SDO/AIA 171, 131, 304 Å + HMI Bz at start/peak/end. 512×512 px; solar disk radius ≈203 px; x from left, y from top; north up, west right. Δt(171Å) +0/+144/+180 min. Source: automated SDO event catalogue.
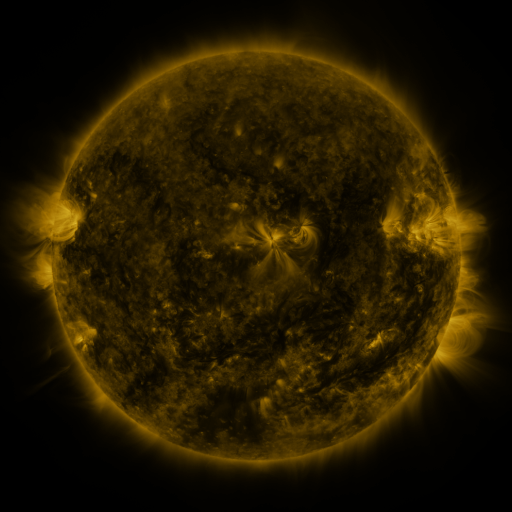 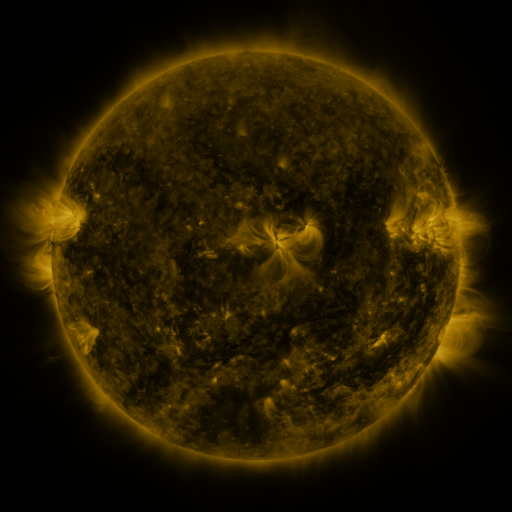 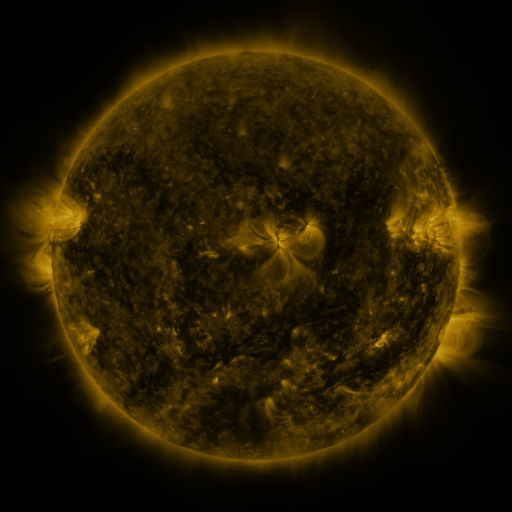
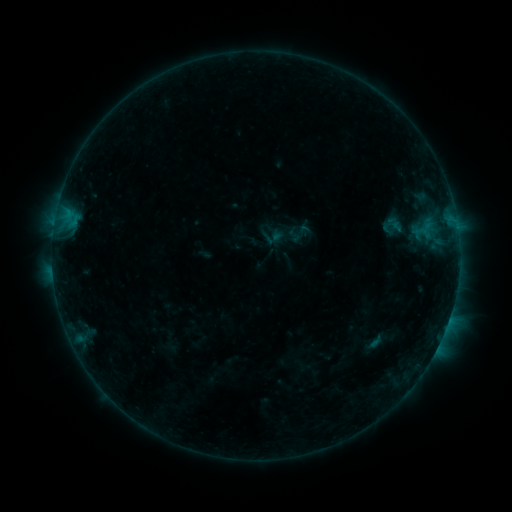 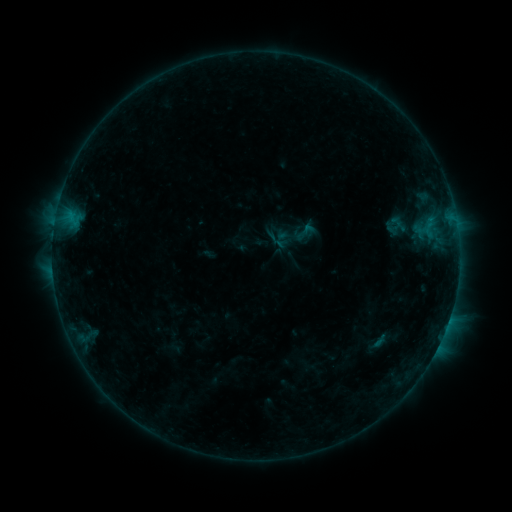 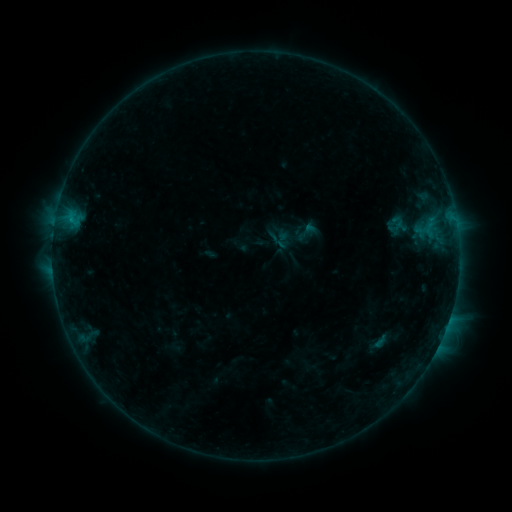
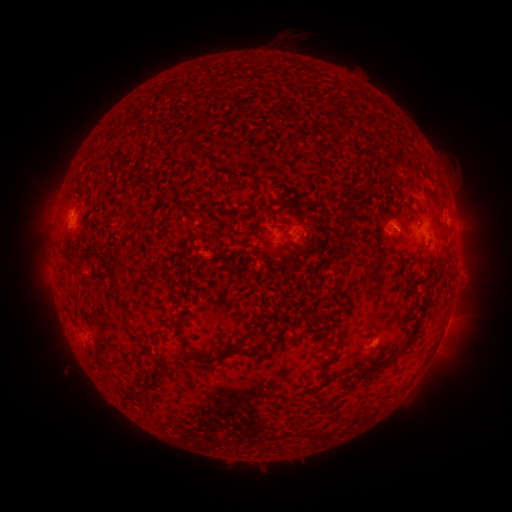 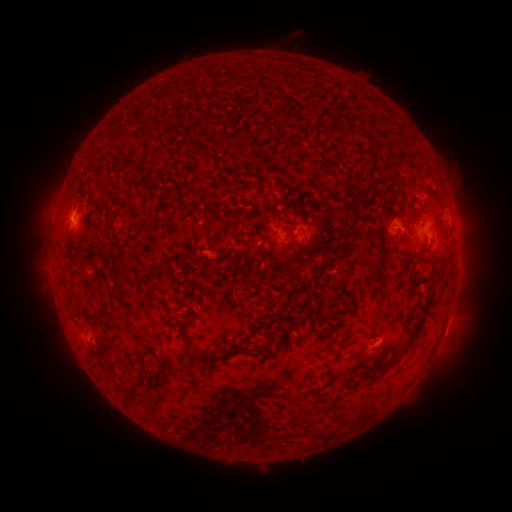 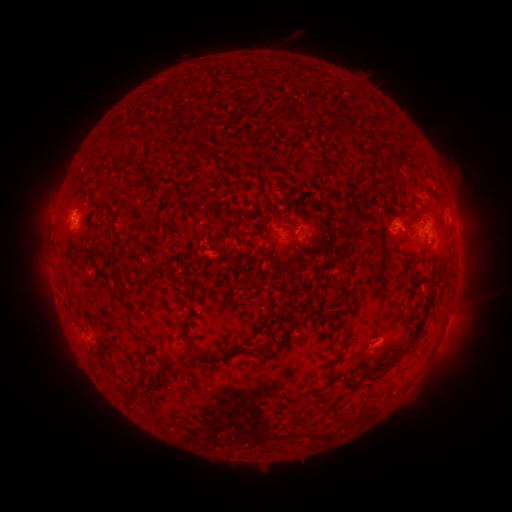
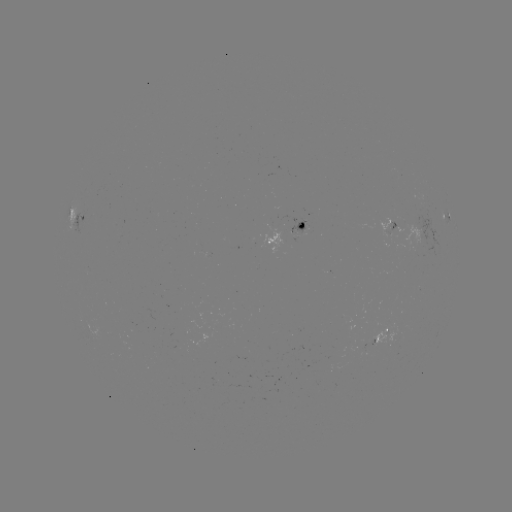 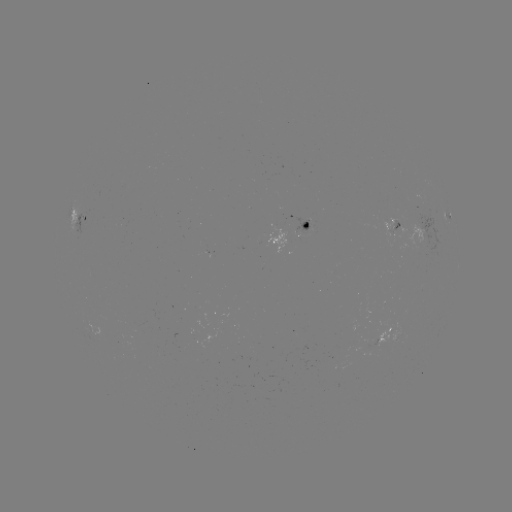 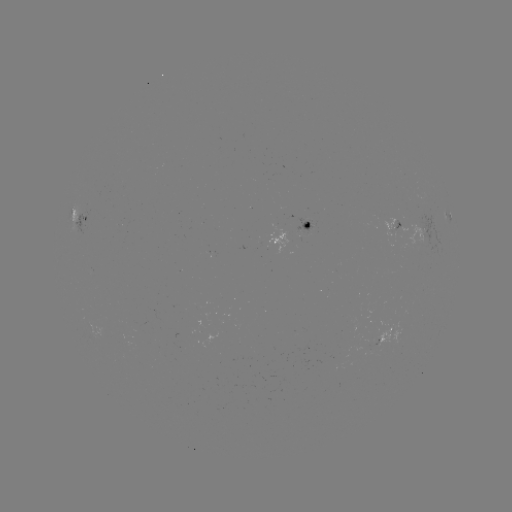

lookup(emerging-flux region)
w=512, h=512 (421, 239)